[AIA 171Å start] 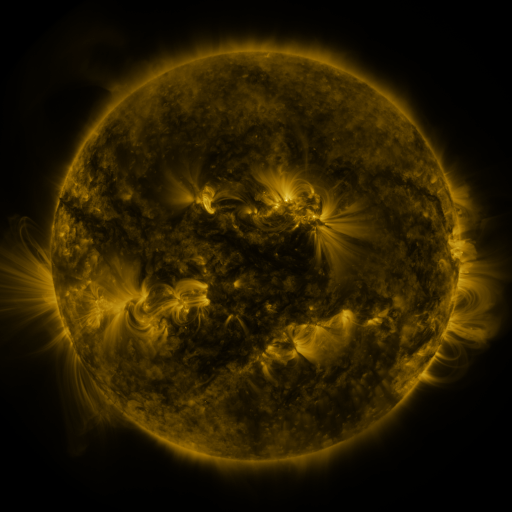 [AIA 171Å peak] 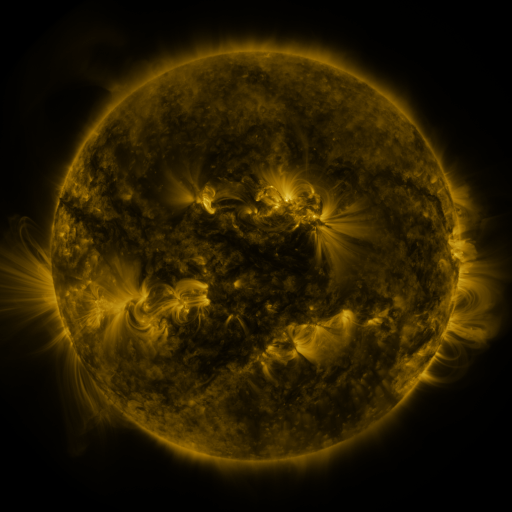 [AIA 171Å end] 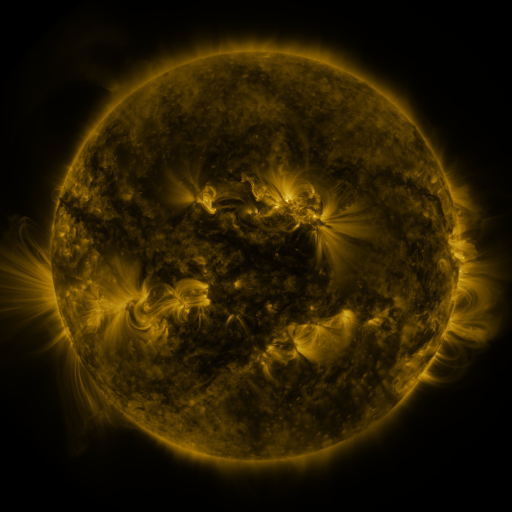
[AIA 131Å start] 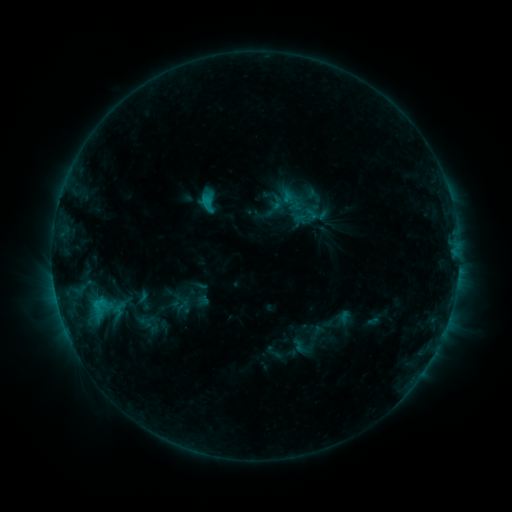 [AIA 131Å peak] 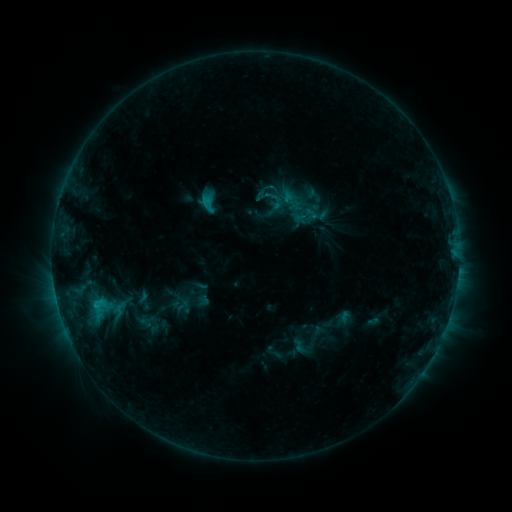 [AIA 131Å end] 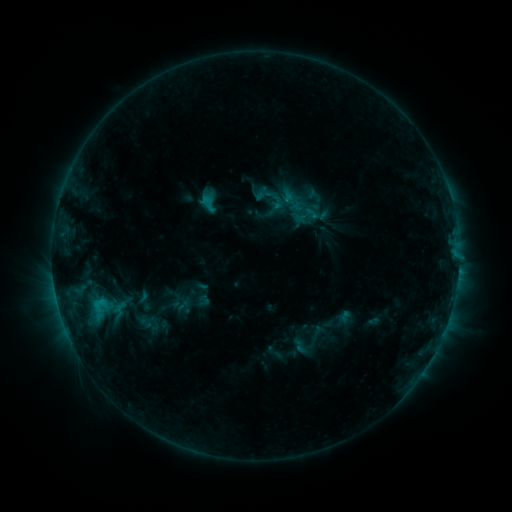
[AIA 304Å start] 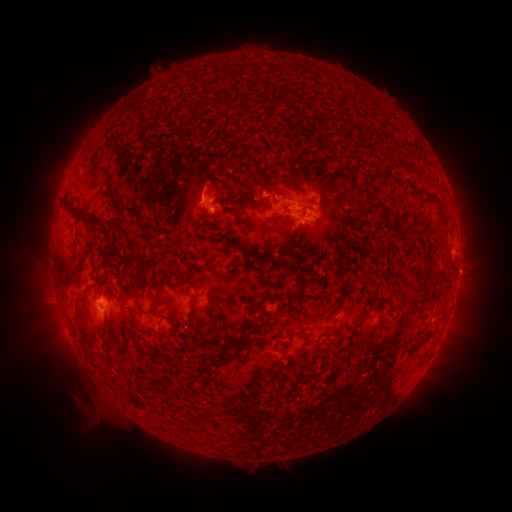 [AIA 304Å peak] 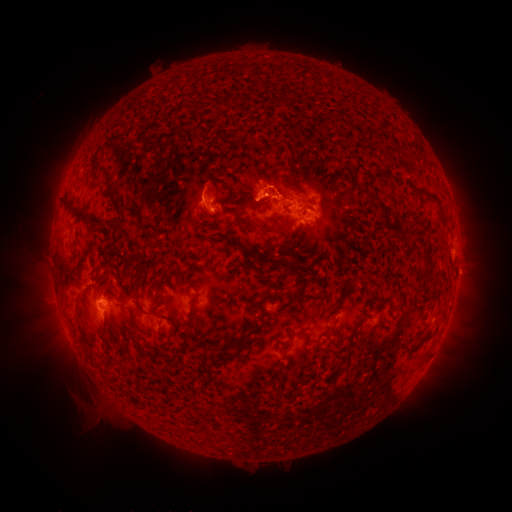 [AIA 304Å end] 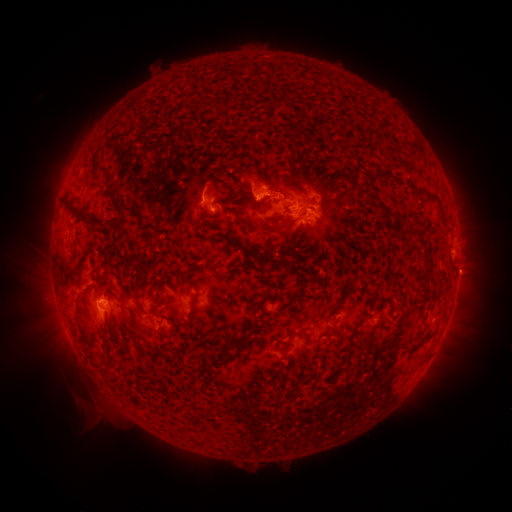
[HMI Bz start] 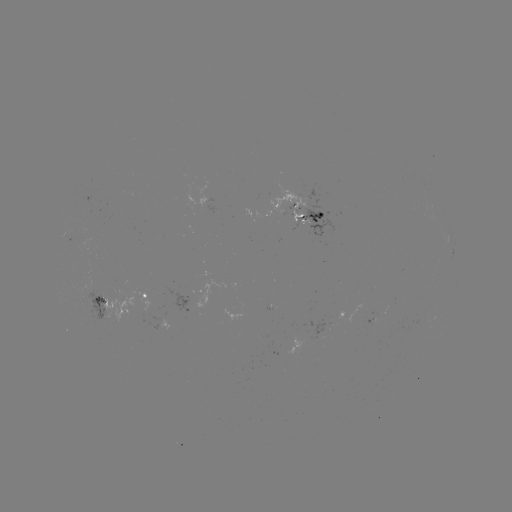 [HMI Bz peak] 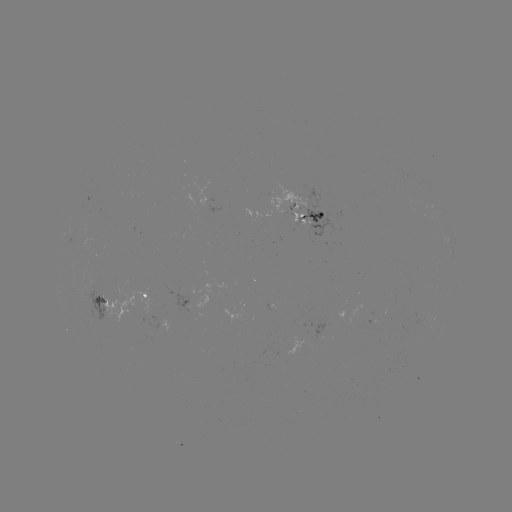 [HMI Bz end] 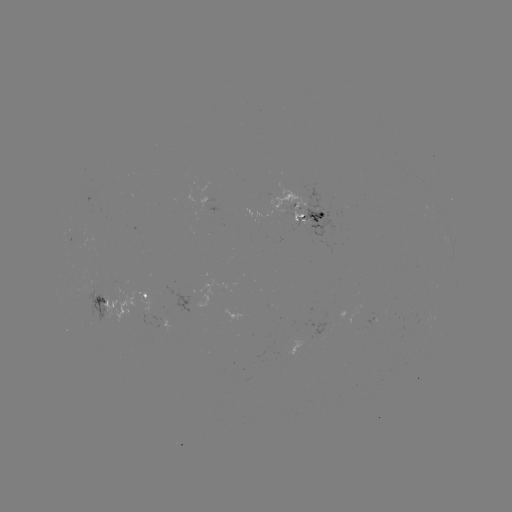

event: eruption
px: (260, 184)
